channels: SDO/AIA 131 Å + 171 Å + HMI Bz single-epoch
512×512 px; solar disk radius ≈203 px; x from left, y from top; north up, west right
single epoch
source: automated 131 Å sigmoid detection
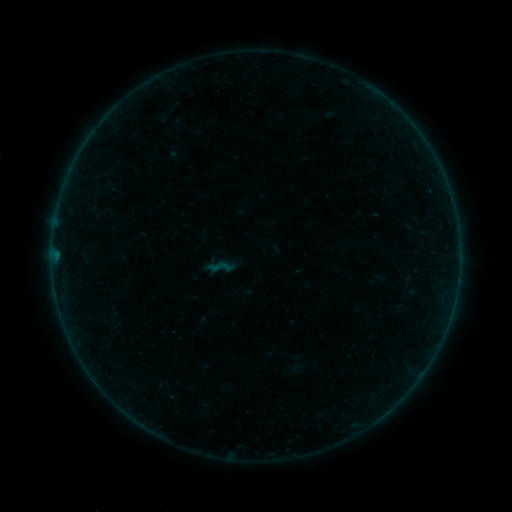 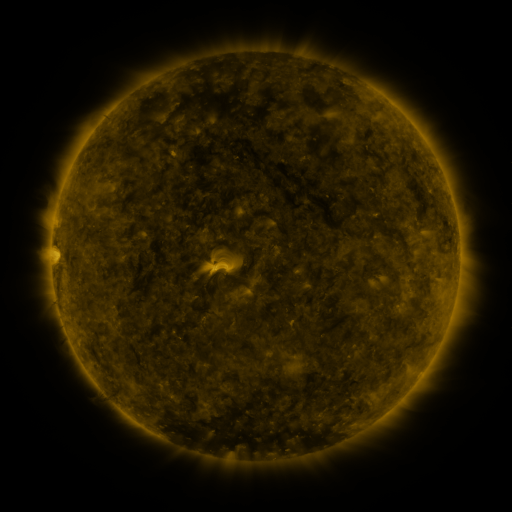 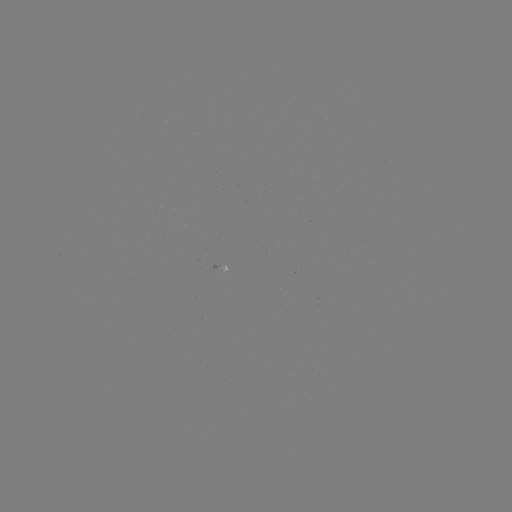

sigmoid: <bbox>210, 257, 229, 276</bbox>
